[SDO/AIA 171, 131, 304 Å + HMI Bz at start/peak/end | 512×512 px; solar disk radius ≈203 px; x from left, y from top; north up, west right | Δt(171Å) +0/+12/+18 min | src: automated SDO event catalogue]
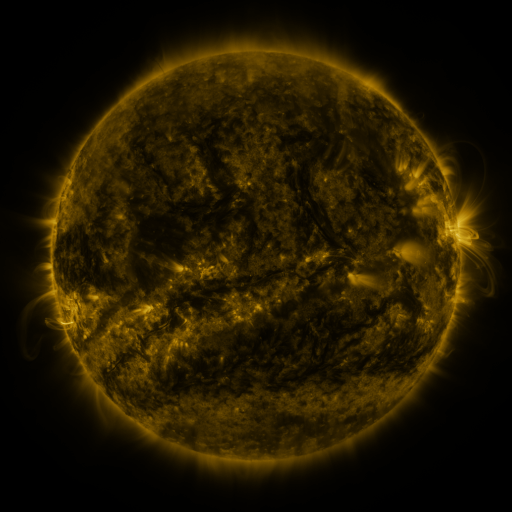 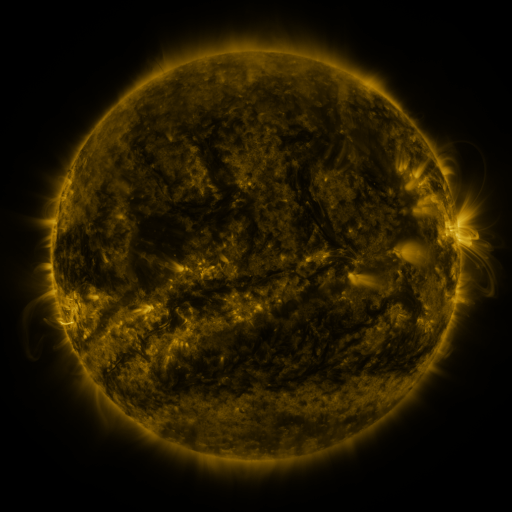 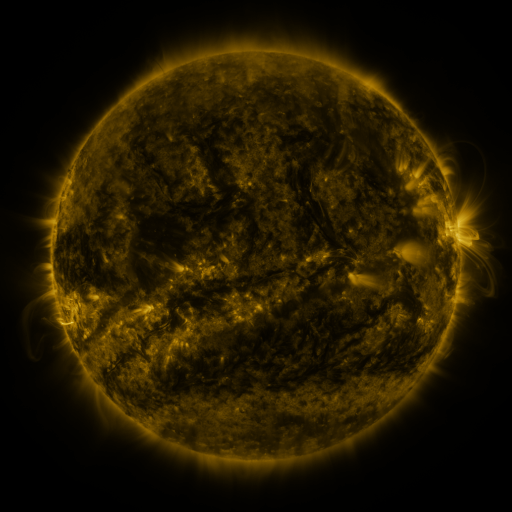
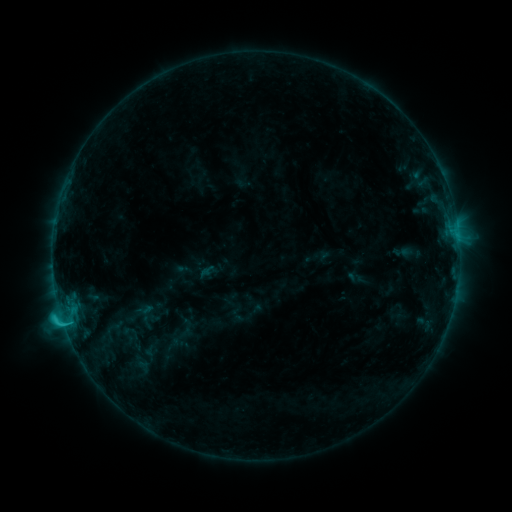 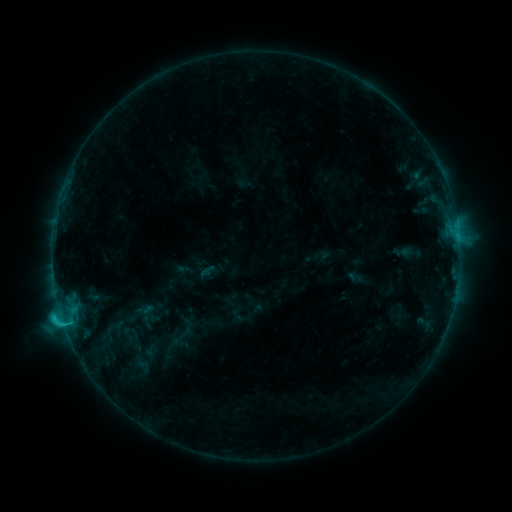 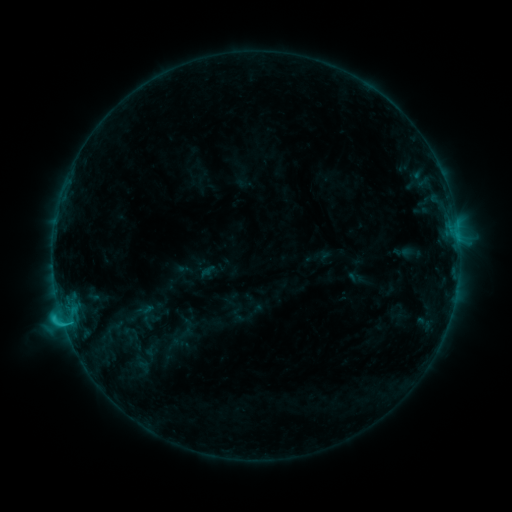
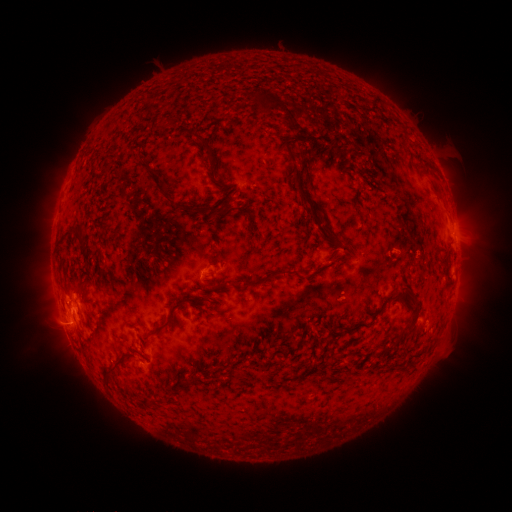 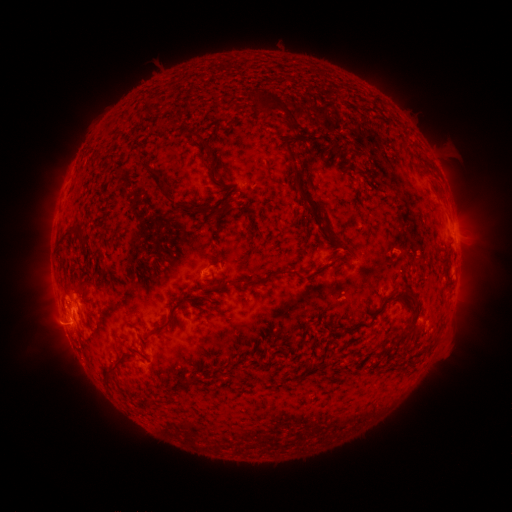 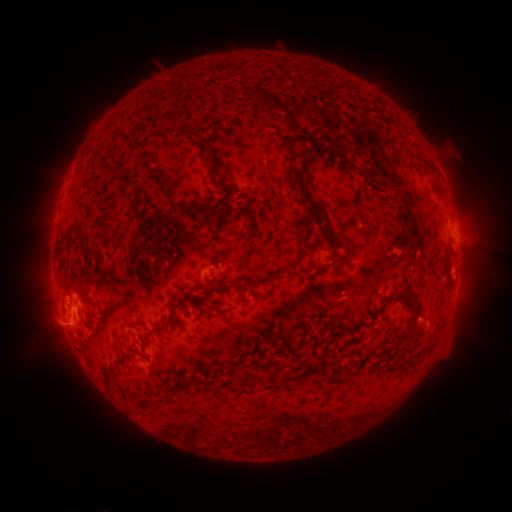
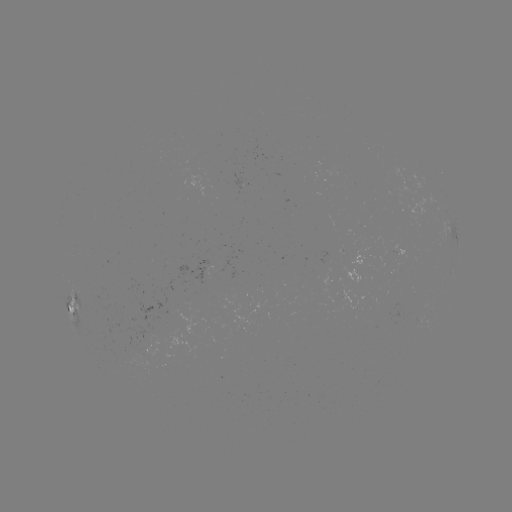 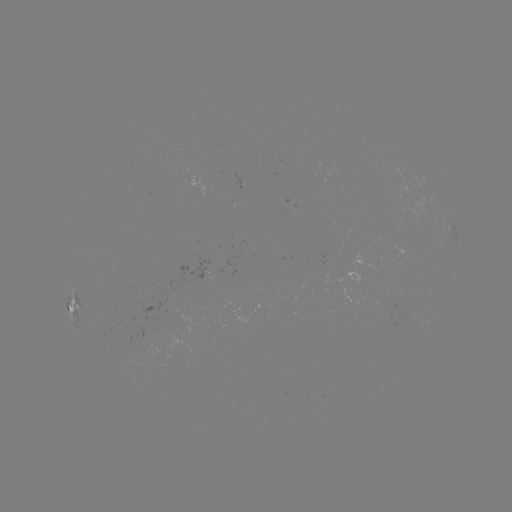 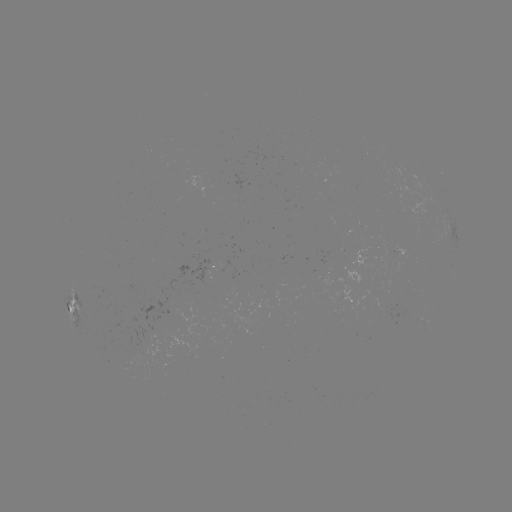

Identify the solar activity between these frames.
no flare in any classed list; no EUV-trigger detection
